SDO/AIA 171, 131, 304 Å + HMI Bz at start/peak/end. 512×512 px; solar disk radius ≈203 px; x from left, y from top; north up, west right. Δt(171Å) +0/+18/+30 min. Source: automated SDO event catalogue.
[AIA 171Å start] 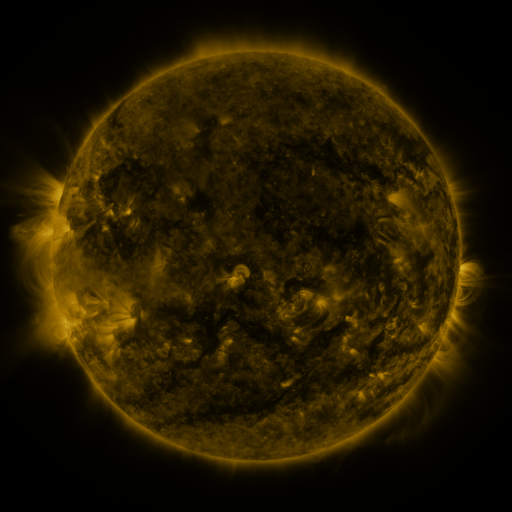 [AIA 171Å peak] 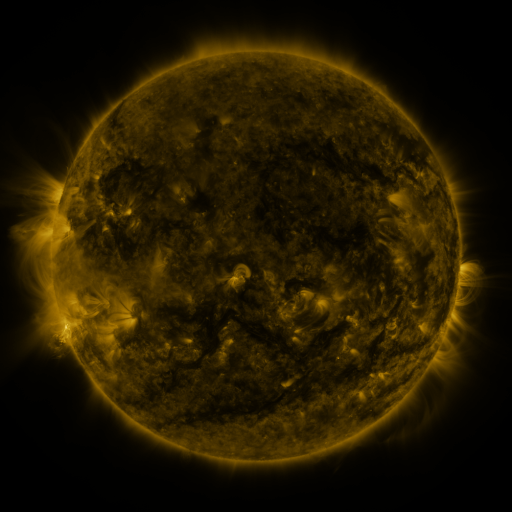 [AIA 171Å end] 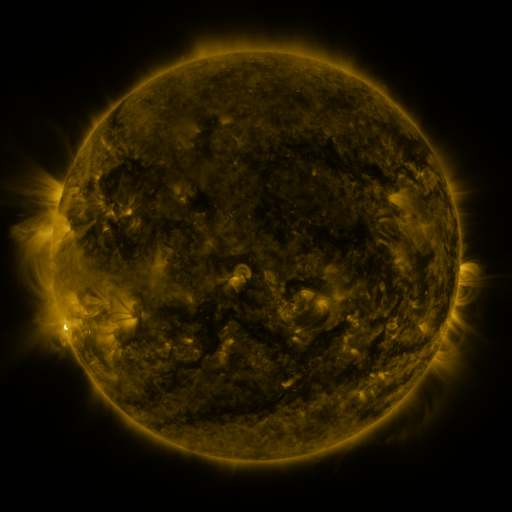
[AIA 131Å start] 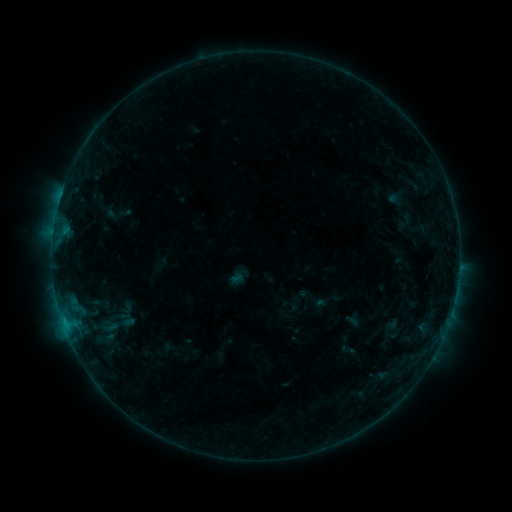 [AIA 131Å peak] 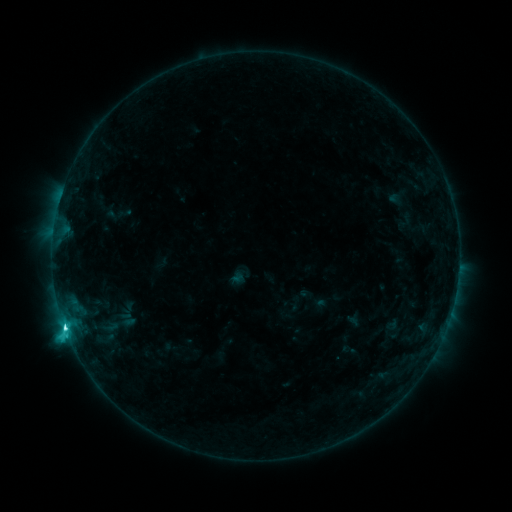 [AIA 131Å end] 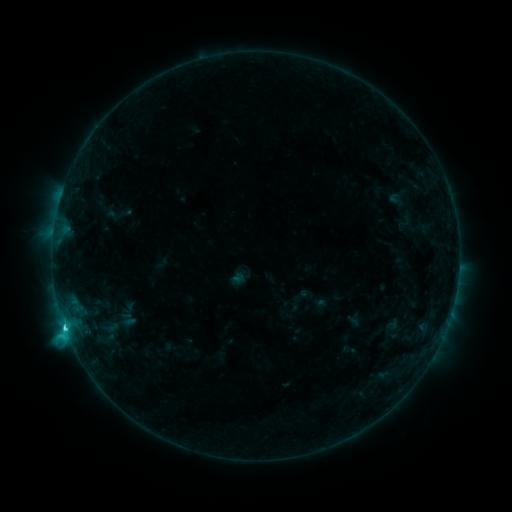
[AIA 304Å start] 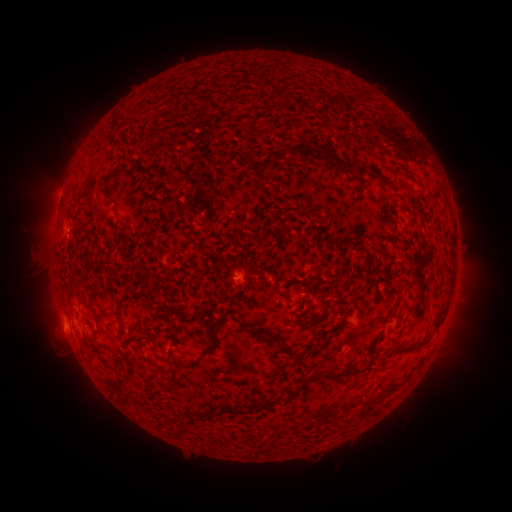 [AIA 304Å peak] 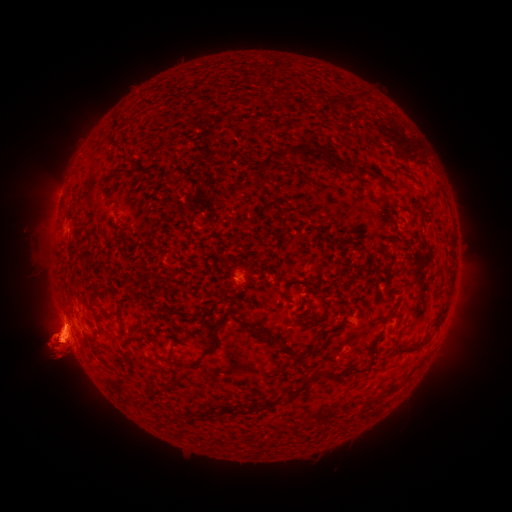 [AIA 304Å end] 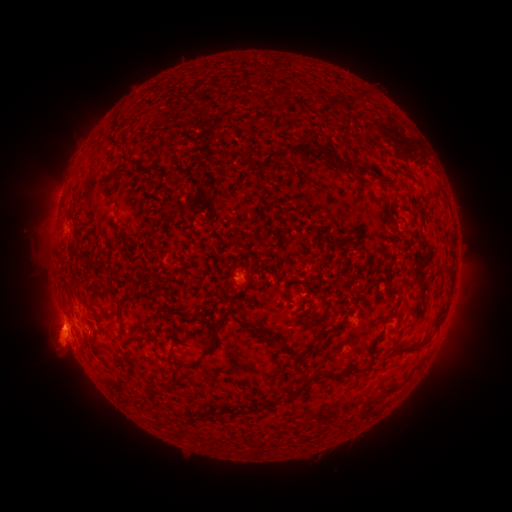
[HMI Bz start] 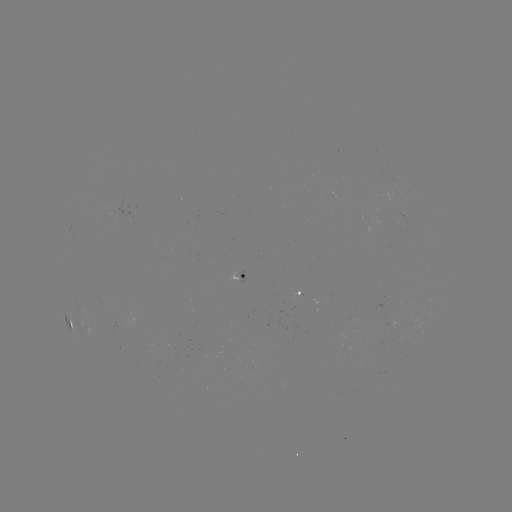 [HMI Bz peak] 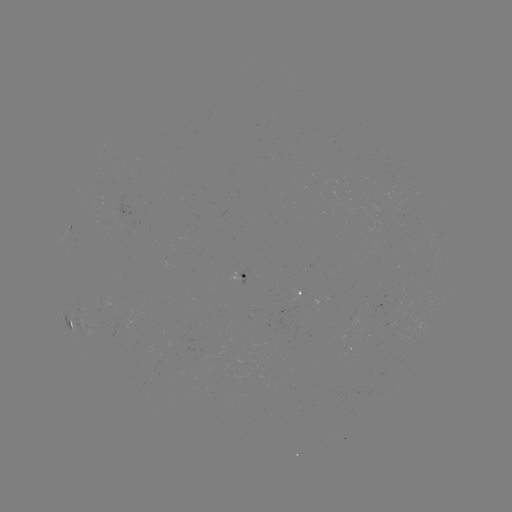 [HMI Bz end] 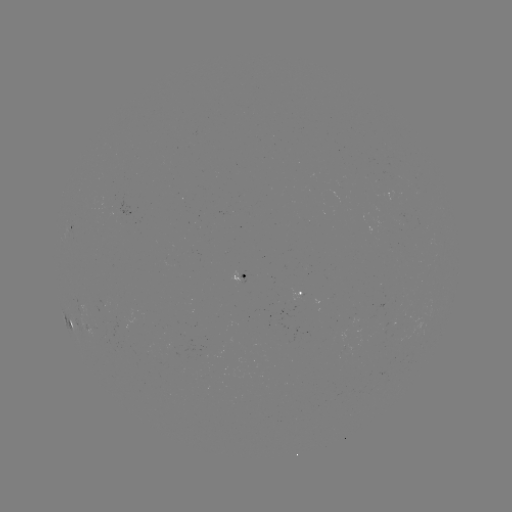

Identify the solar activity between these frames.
C3.9 flare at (65, 326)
